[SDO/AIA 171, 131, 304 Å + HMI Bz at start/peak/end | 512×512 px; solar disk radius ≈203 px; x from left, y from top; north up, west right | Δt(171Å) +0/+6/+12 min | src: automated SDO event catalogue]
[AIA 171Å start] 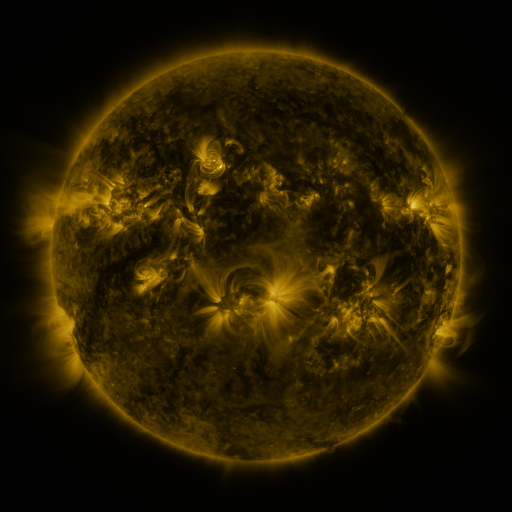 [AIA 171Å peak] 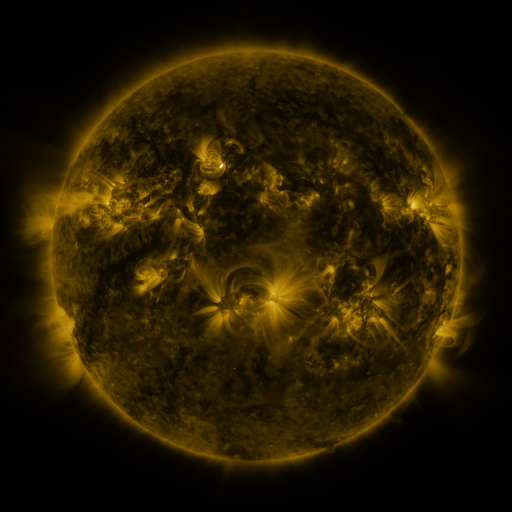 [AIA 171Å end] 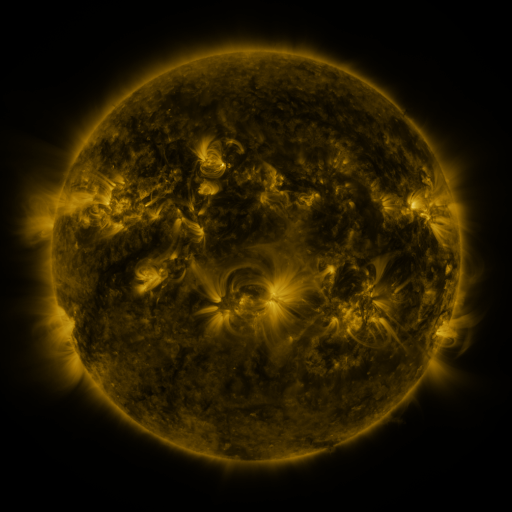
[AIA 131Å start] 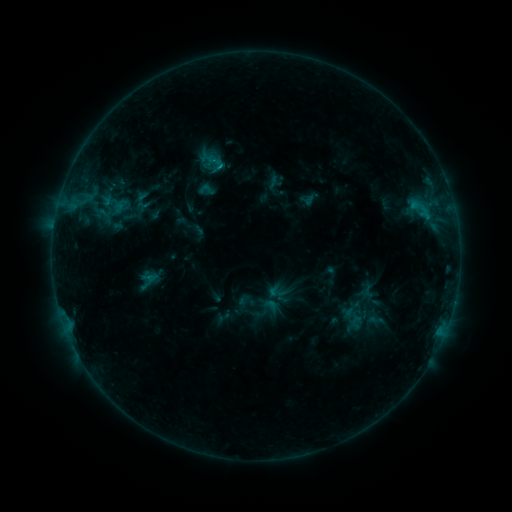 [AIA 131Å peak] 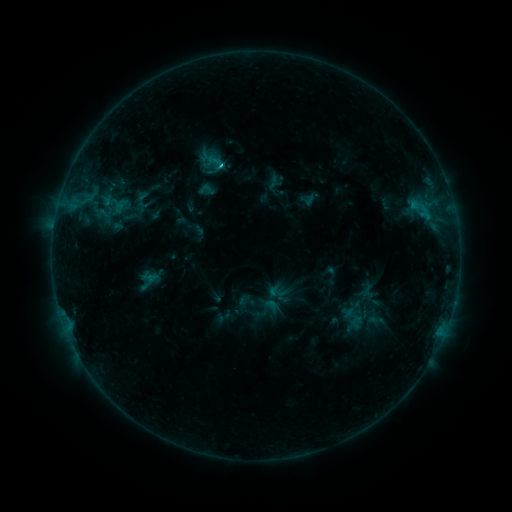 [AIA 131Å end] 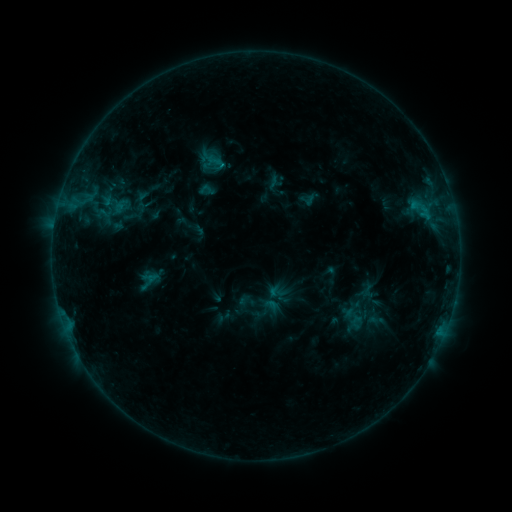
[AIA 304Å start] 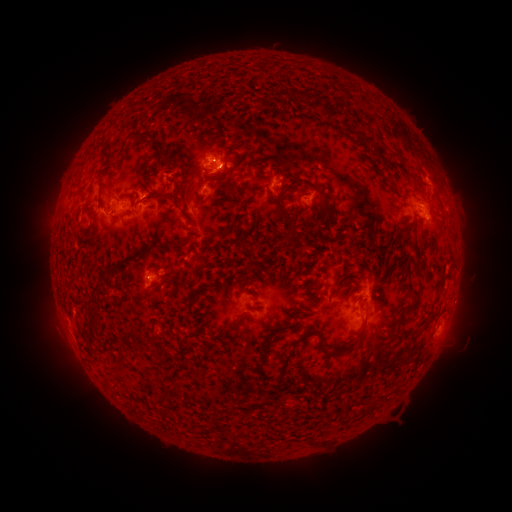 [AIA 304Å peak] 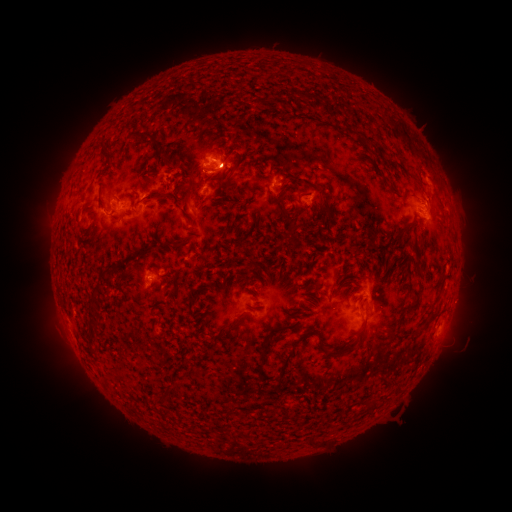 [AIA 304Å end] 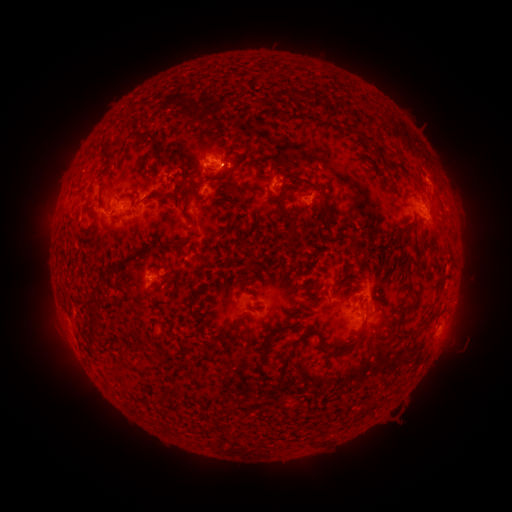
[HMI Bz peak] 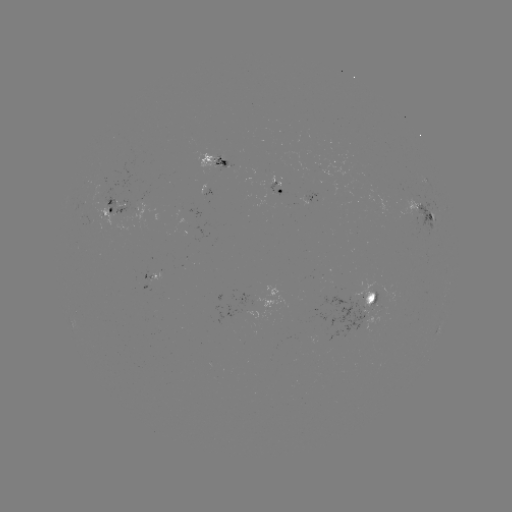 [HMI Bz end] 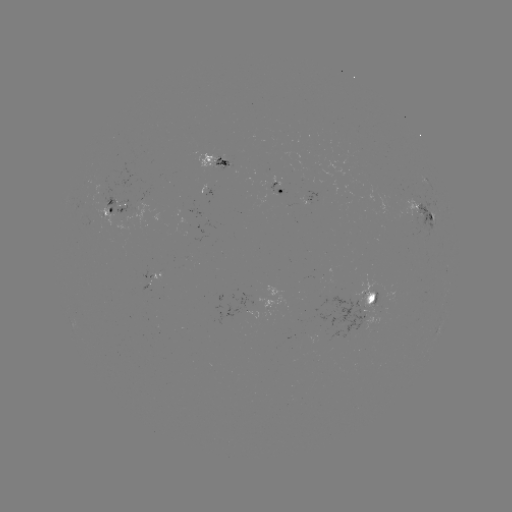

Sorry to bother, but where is B8.9 flare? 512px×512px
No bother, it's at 222,166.